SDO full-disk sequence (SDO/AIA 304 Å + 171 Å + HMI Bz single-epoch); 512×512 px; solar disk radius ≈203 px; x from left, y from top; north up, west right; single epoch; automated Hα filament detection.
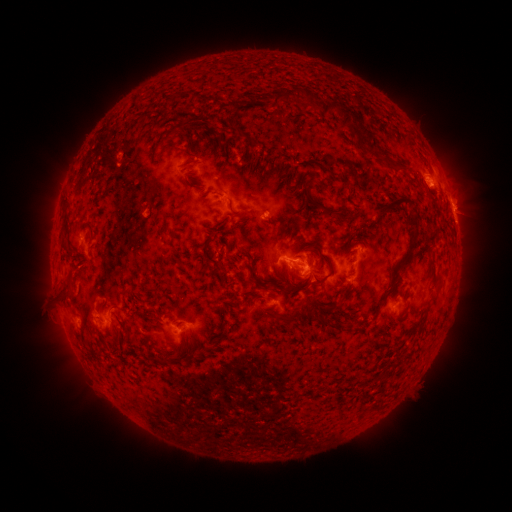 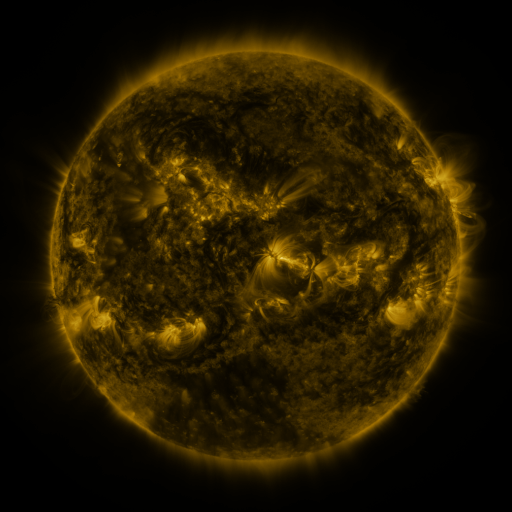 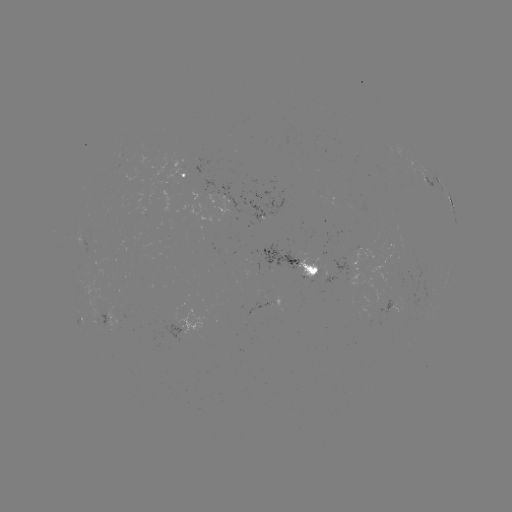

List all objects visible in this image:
filament: (279, 98)
filament: (343, 107)
filament: (236, 130)
filament: (171, 134)
filament: (374, 147)
filament: (396, 169)
filament: (337, 176)
filament: (398, 203)
filament: (233, 210)
filament: (341, 217)
filament: (88, 223)
filament: (414, 240)
filament: (316, 280)
filament: (292, 288)
filament: (438, 289)
filament: (69, 293)
filament: (333, 307)
filament: (291, 317)
filament: (329, 324)
filament: (222, 336)
